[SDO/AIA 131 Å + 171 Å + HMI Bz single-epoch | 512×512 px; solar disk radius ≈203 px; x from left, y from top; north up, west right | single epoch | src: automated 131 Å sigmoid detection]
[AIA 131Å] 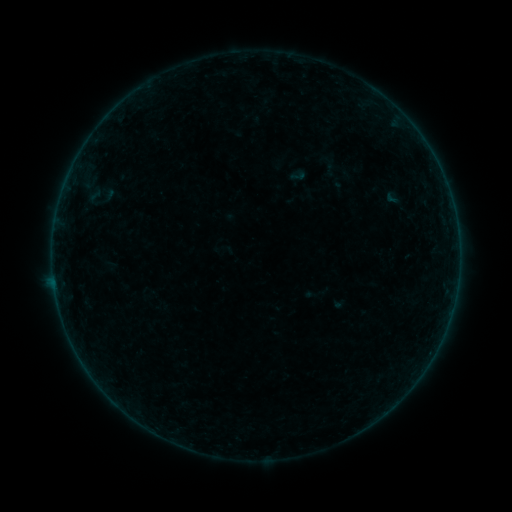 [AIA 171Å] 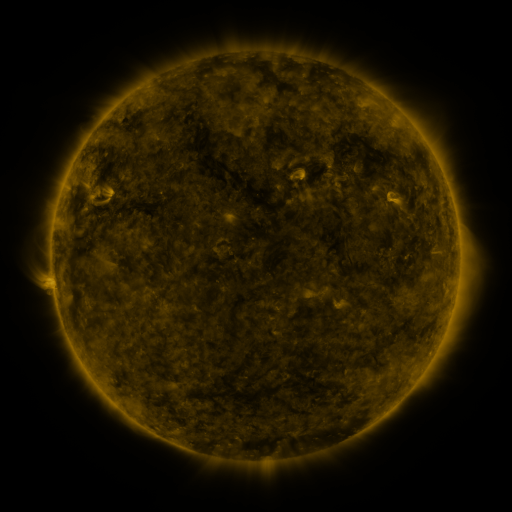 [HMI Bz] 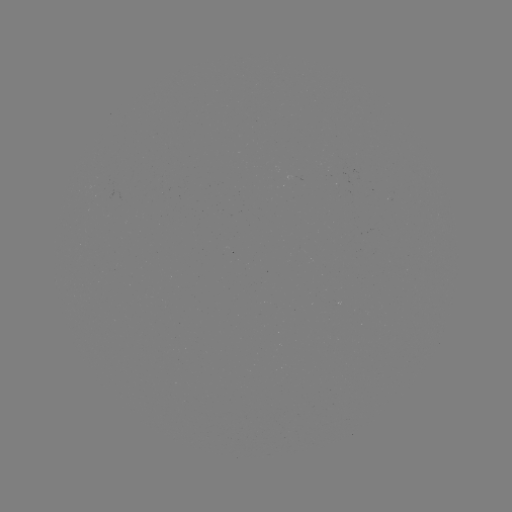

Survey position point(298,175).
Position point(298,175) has sigmoid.